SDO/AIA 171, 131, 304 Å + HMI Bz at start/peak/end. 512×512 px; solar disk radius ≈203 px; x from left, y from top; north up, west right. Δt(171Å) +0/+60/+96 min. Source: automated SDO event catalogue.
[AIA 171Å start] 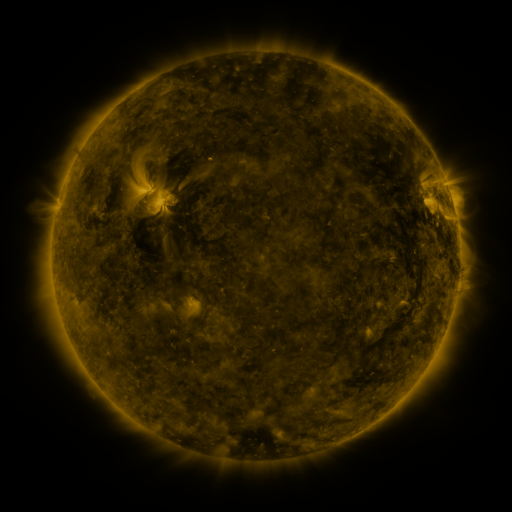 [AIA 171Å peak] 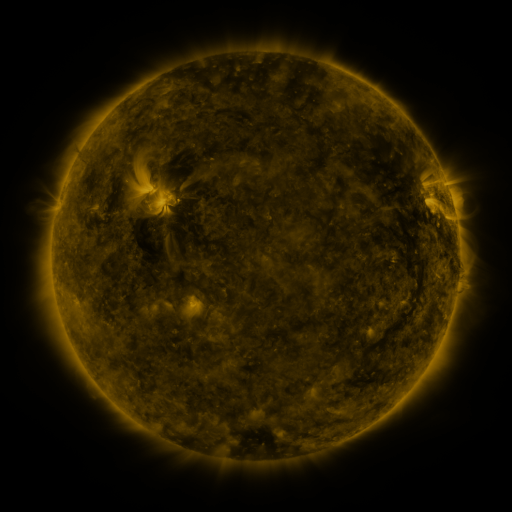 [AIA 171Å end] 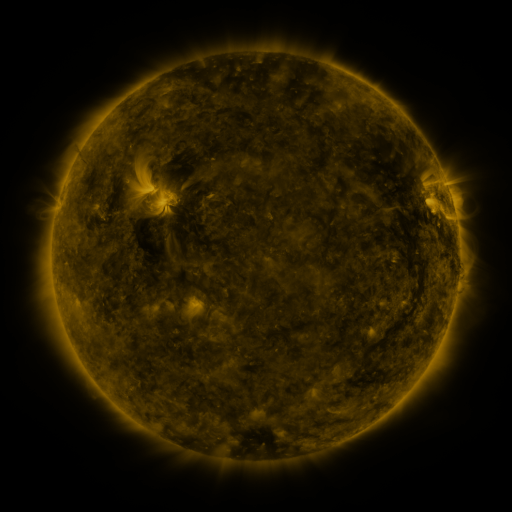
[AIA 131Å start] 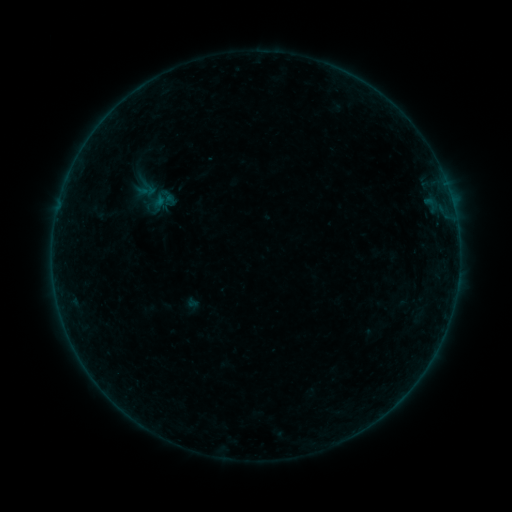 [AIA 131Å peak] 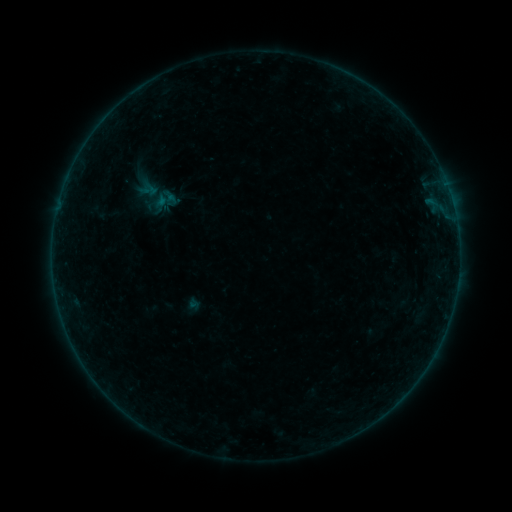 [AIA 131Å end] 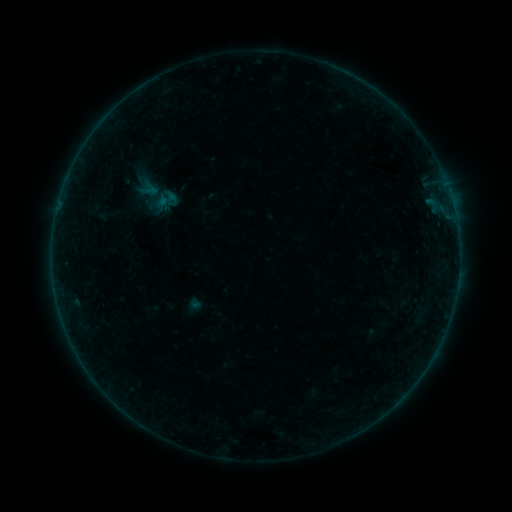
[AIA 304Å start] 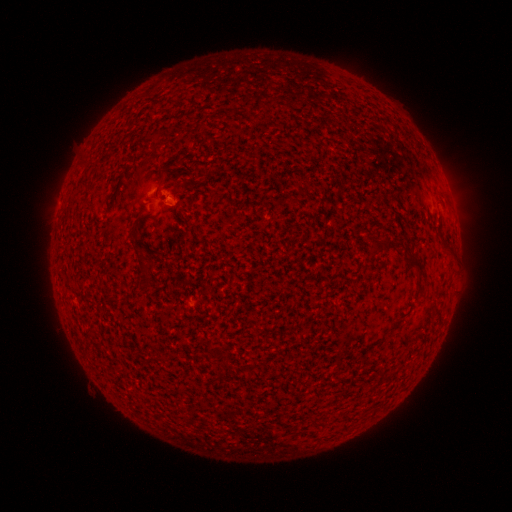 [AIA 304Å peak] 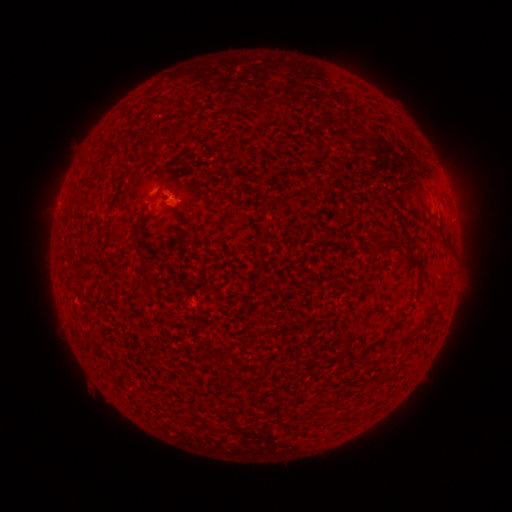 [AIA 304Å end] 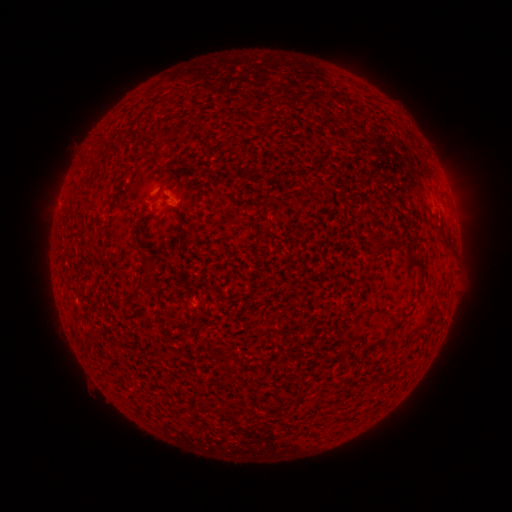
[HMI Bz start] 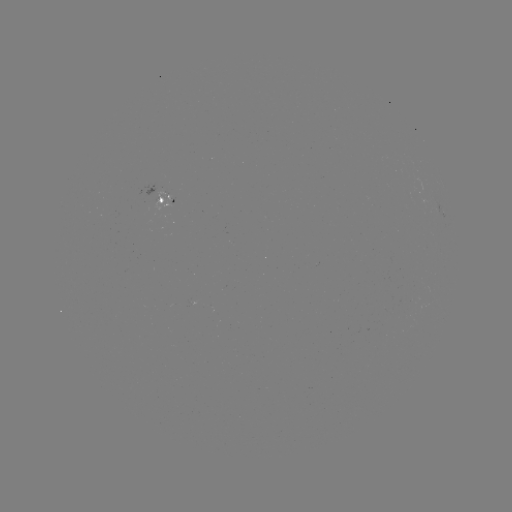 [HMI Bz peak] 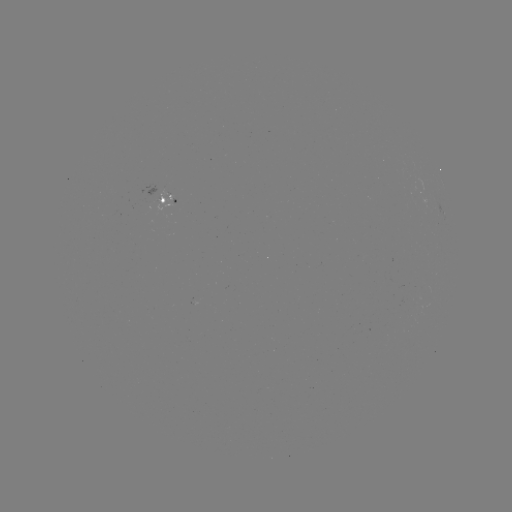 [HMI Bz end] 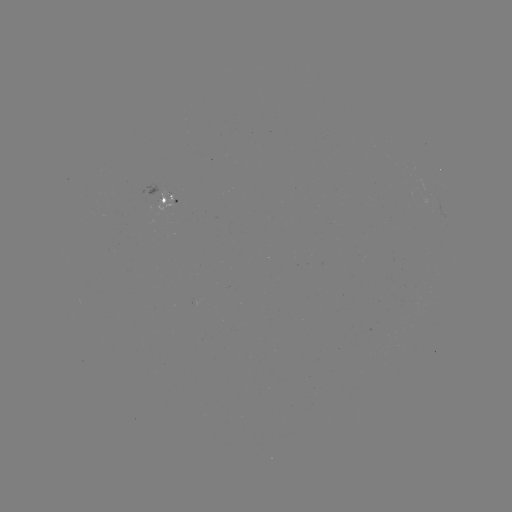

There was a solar emerging-flux region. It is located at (160, 200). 